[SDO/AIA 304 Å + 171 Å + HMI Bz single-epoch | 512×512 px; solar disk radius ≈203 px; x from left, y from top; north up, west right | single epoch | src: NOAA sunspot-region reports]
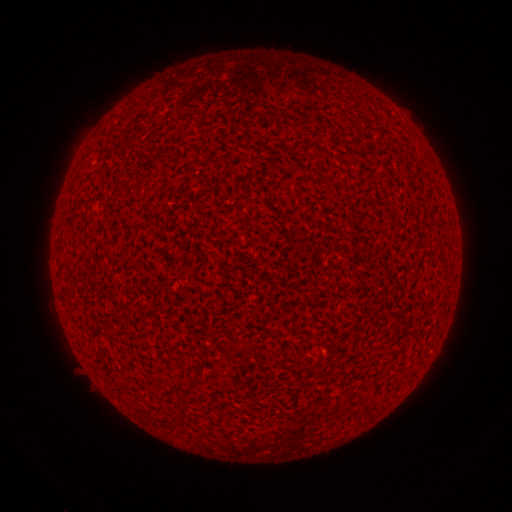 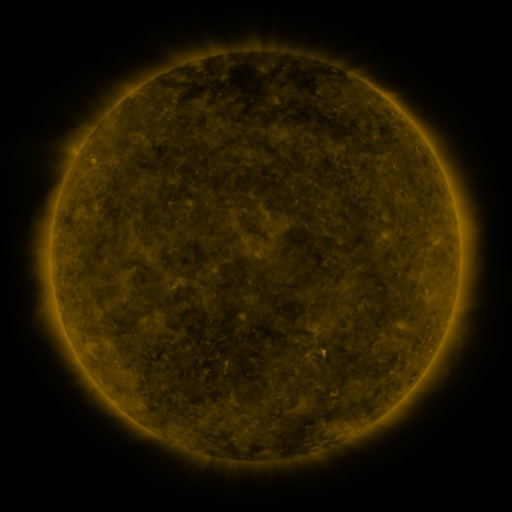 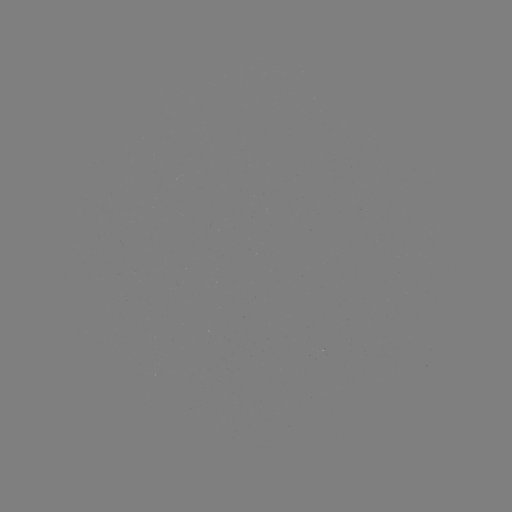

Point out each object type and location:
(none)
